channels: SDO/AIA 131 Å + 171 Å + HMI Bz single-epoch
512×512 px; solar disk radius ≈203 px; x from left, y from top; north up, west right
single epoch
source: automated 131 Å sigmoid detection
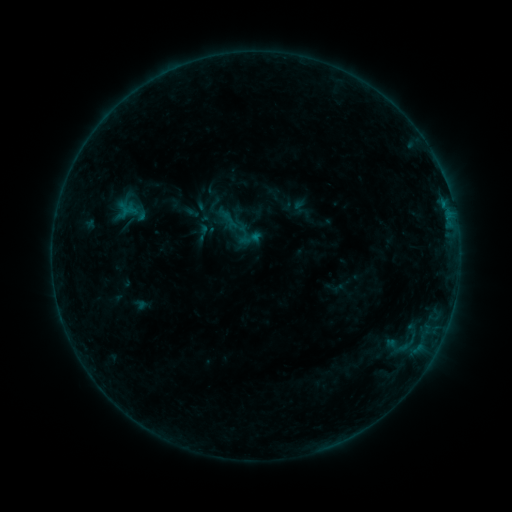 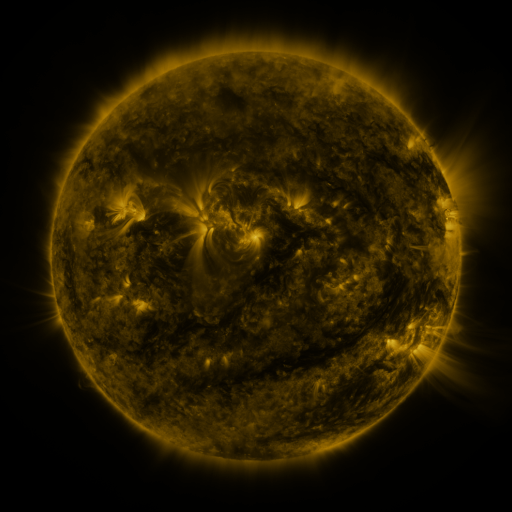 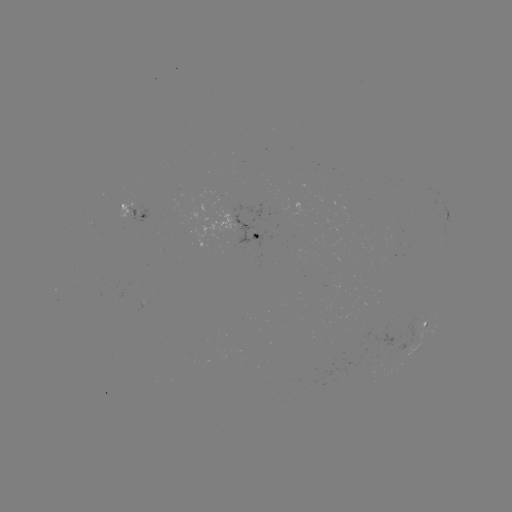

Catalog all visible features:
sigmoid: (248, 239)
